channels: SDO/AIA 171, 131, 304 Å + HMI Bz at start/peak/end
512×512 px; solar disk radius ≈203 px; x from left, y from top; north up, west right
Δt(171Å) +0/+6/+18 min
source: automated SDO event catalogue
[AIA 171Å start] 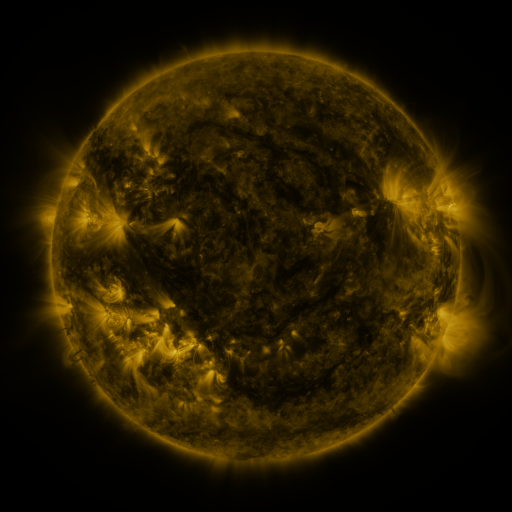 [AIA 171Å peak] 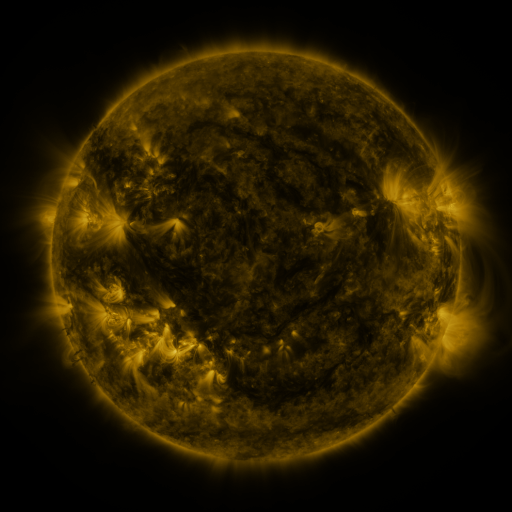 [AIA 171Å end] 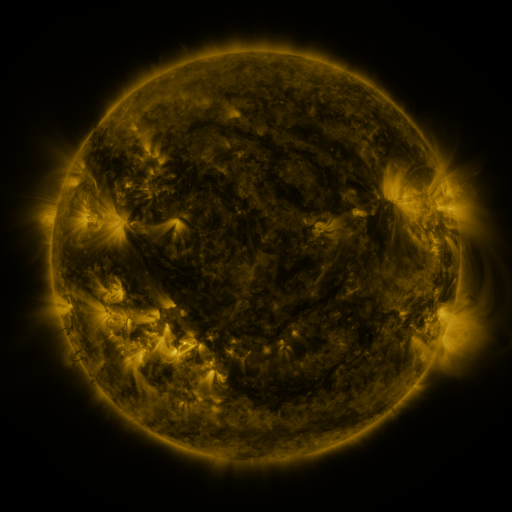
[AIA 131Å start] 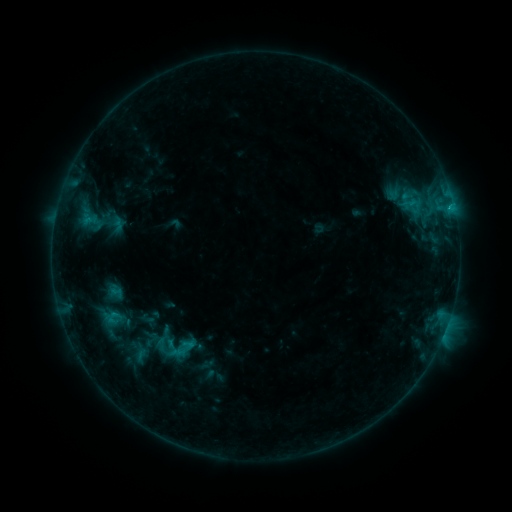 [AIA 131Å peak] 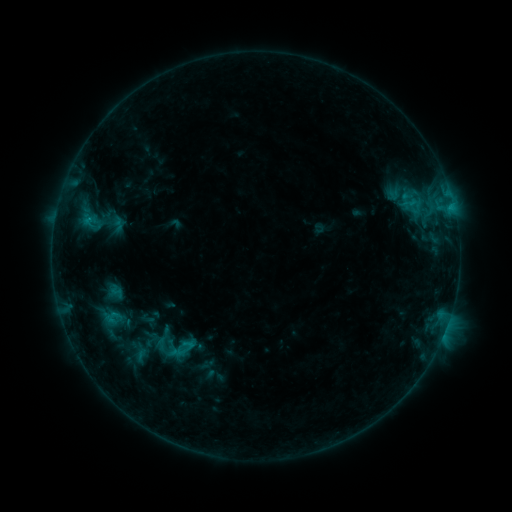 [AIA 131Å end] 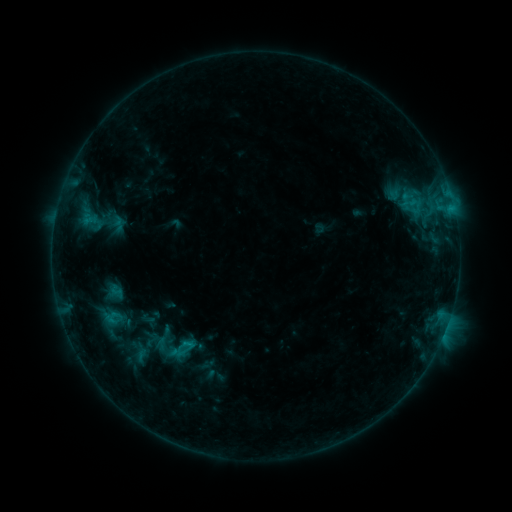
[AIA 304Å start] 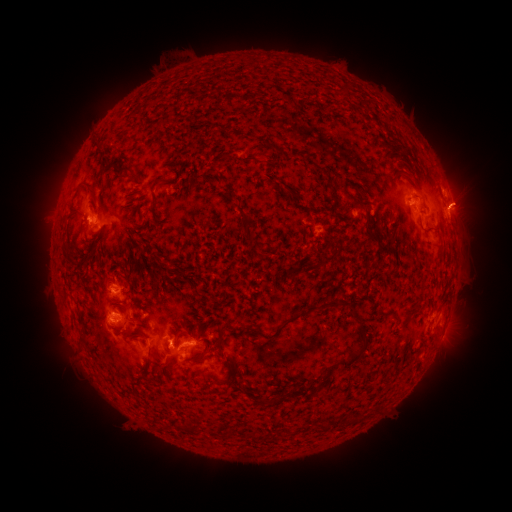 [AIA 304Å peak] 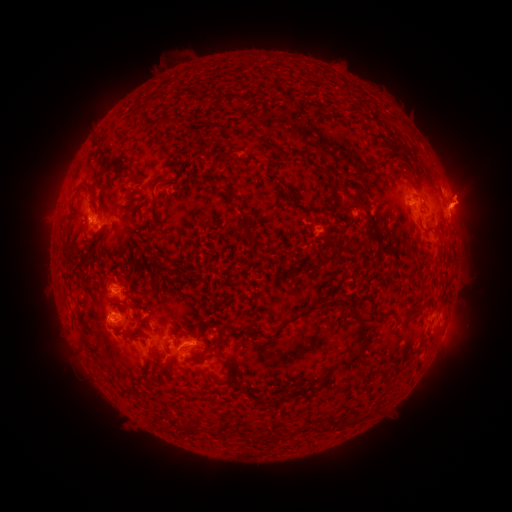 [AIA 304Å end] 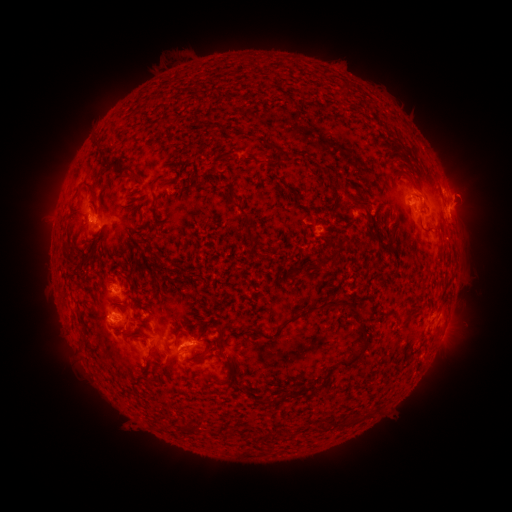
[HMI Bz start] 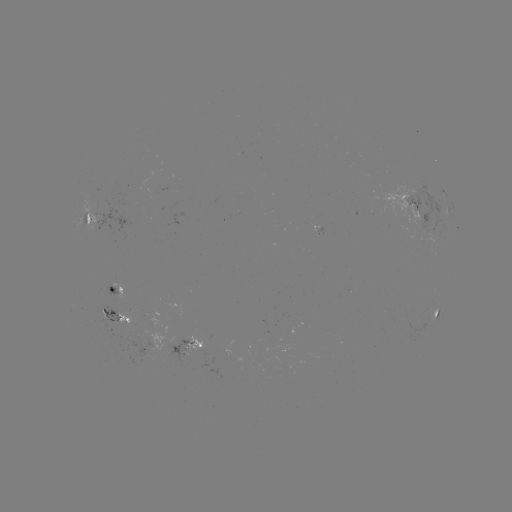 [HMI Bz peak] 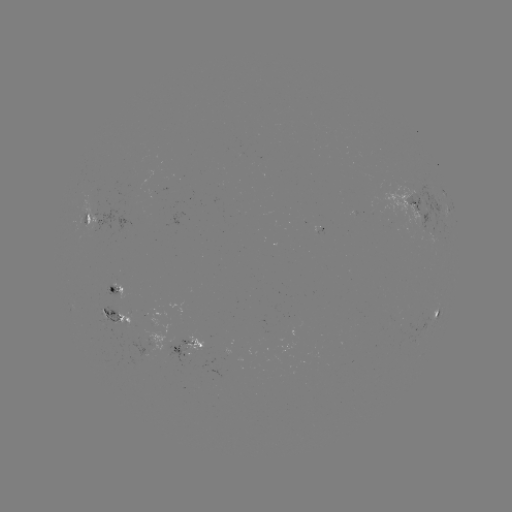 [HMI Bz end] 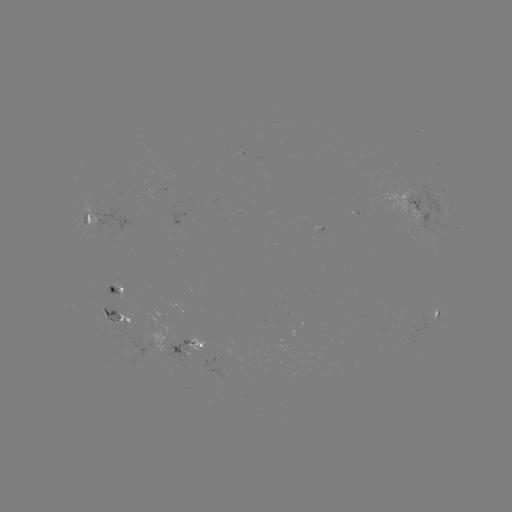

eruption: <bbox>438, 164, 504, 239</bbox>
